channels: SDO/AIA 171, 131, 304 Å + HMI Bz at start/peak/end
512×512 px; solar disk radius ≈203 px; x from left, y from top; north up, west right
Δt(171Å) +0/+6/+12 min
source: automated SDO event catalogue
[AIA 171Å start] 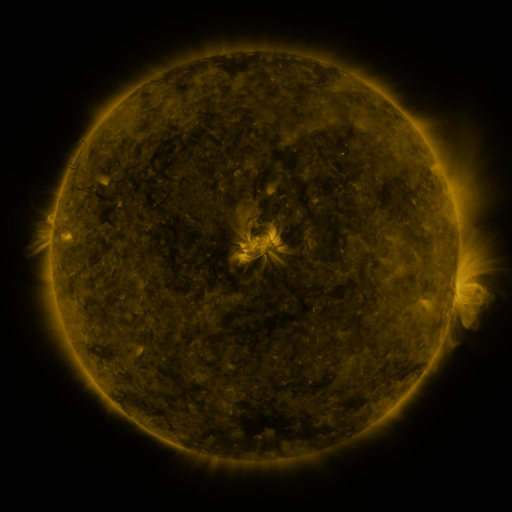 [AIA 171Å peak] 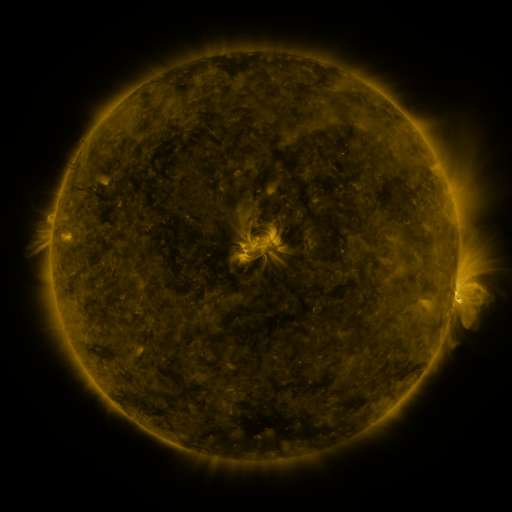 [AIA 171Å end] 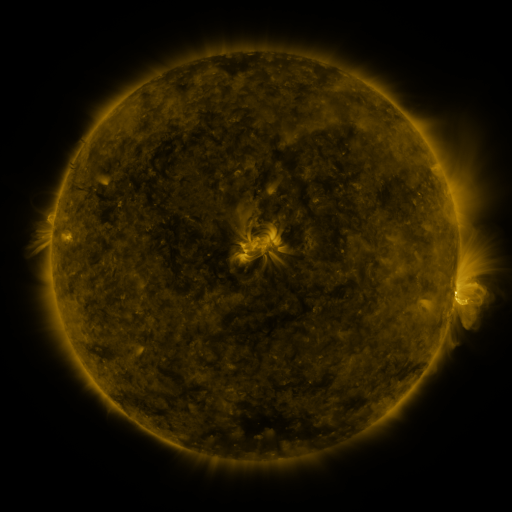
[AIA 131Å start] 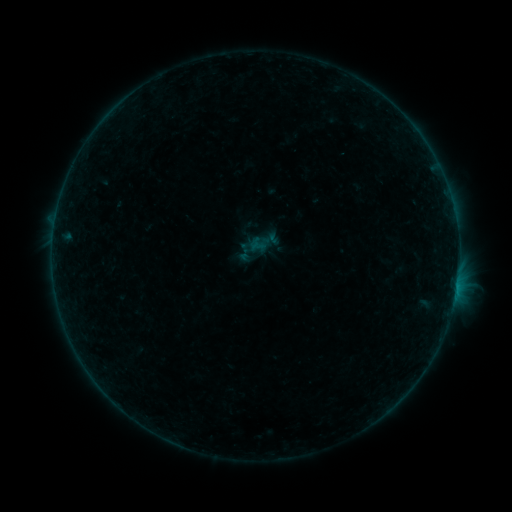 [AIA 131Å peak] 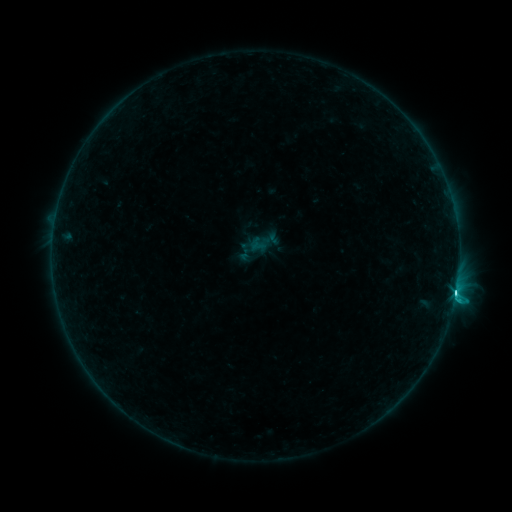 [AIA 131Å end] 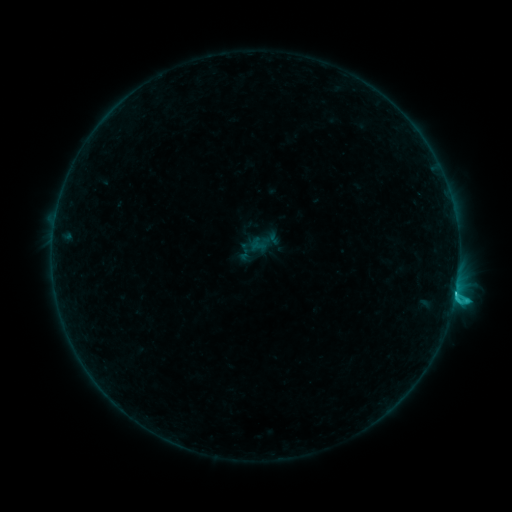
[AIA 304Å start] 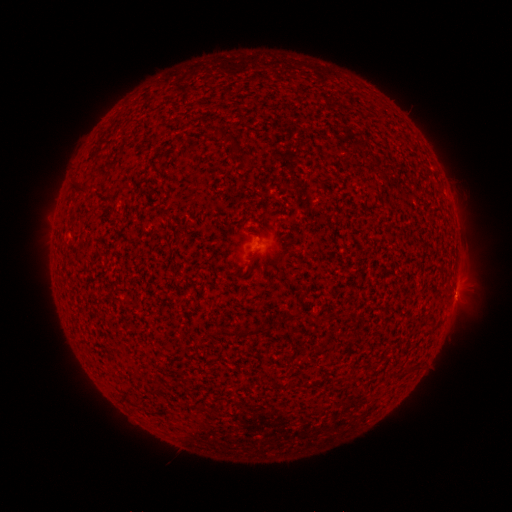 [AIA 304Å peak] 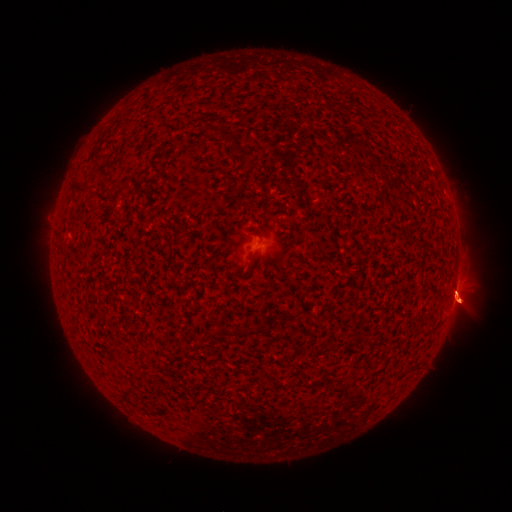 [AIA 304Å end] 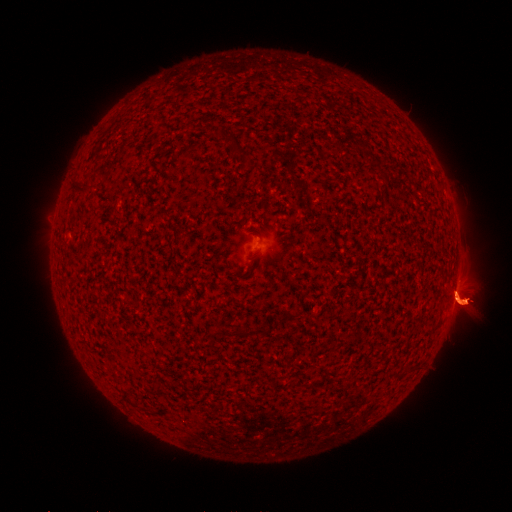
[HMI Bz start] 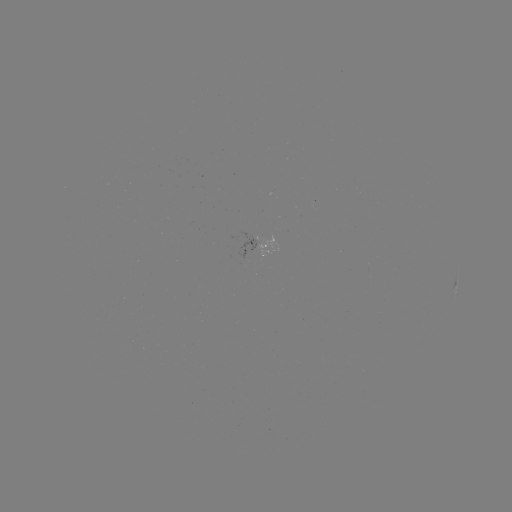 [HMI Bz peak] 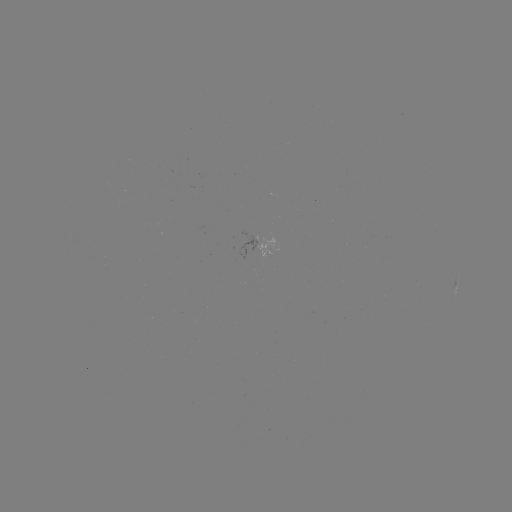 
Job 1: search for C4.3 flare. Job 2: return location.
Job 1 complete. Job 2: (456, 290).